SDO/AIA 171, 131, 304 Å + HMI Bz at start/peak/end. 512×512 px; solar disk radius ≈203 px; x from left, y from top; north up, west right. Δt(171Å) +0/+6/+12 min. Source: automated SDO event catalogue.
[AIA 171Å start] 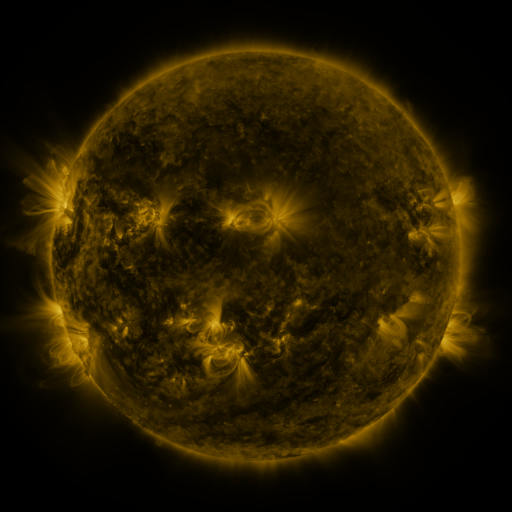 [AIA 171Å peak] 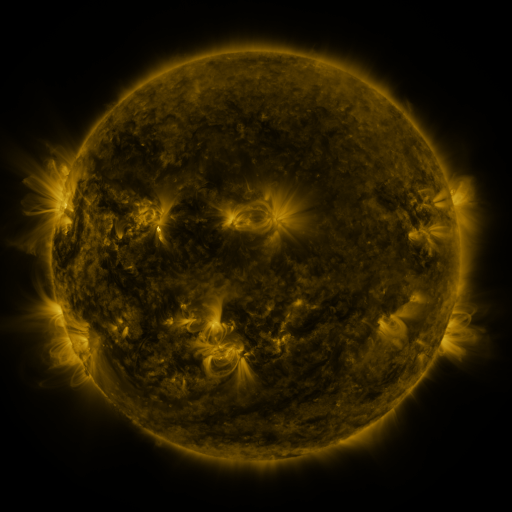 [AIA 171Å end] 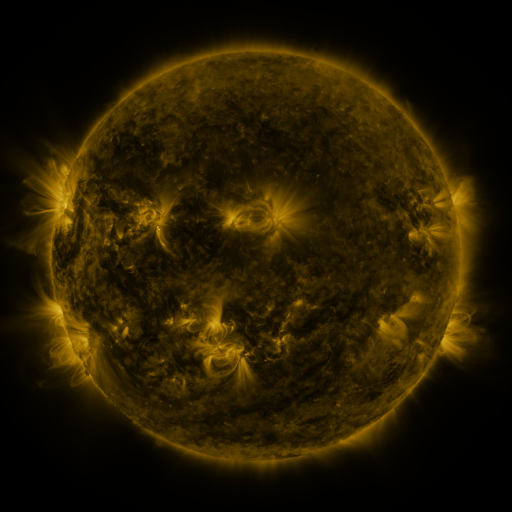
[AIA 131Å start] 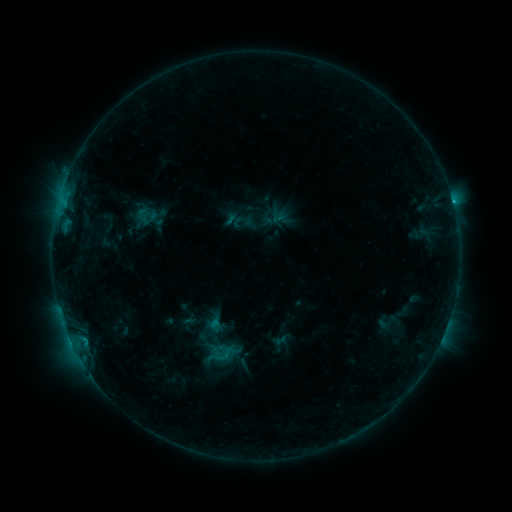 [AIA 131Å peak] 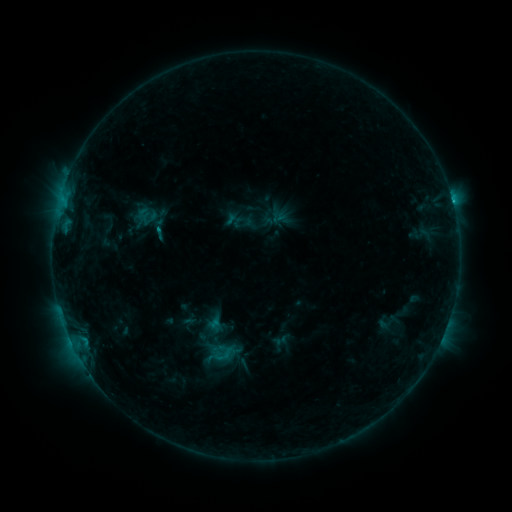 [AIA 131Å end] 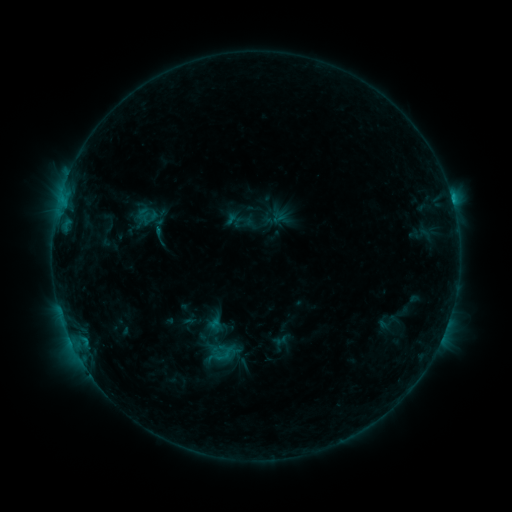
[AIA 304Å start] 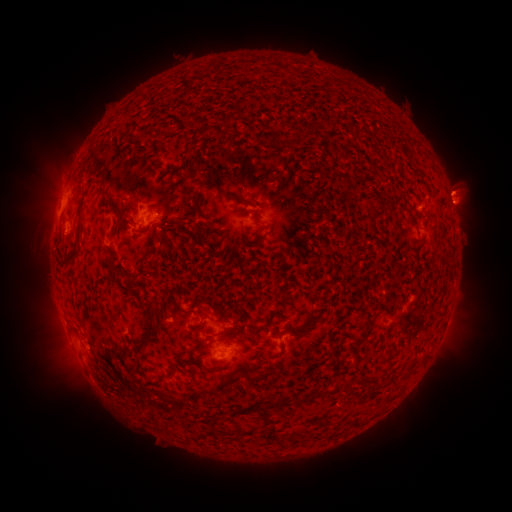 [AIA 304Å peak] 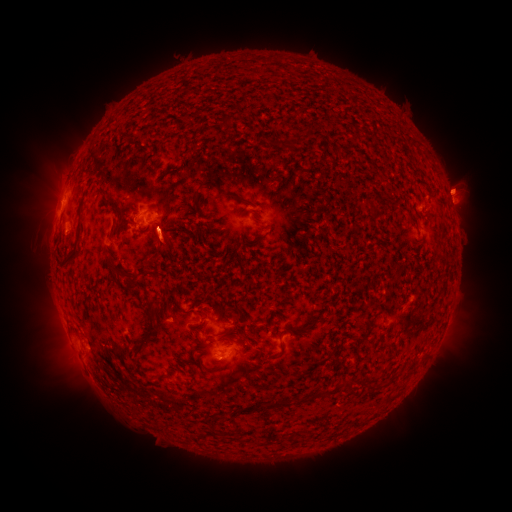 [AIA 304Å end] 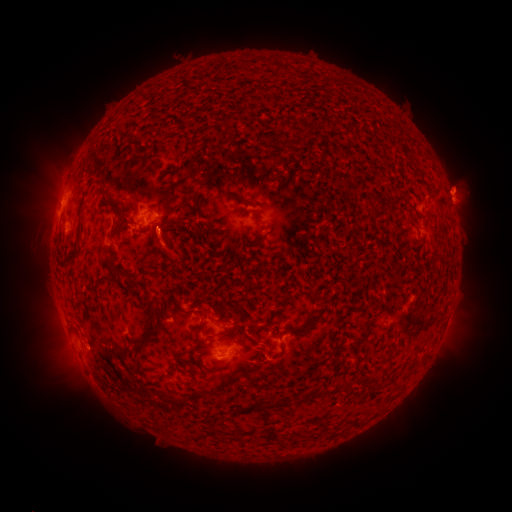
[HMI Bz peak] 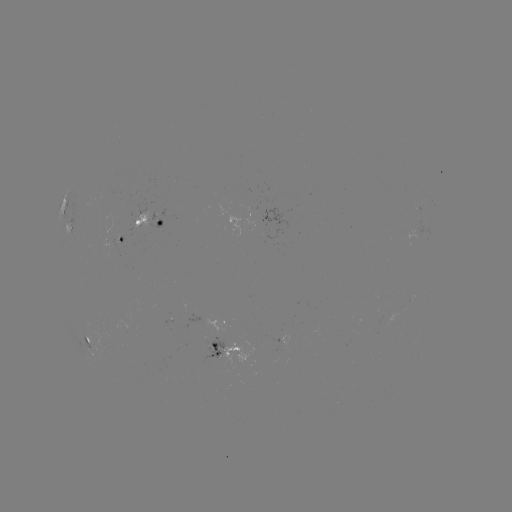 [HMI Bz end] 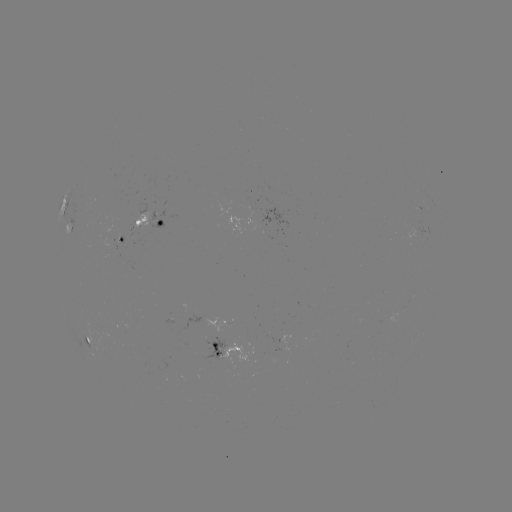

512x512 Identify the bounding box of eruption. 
[139, 218, 191, 275].